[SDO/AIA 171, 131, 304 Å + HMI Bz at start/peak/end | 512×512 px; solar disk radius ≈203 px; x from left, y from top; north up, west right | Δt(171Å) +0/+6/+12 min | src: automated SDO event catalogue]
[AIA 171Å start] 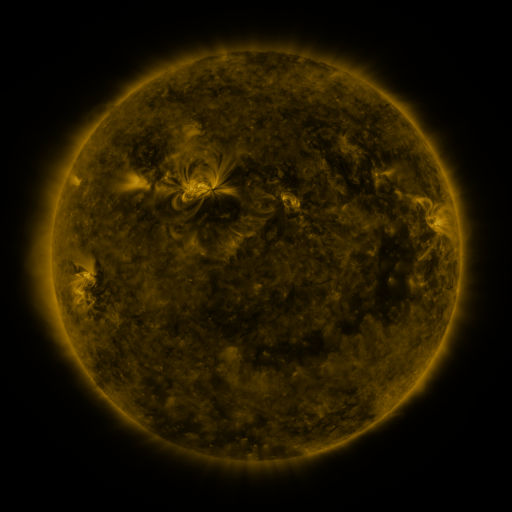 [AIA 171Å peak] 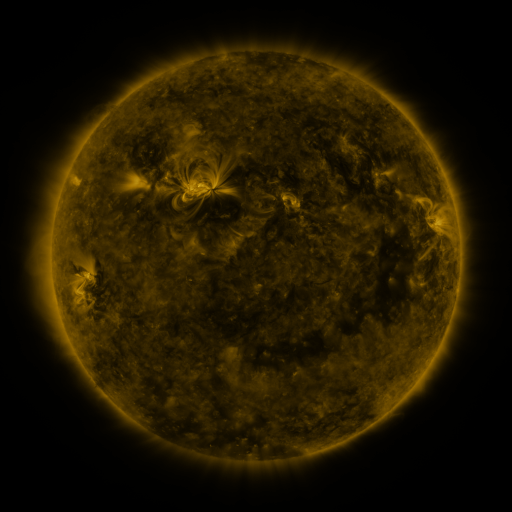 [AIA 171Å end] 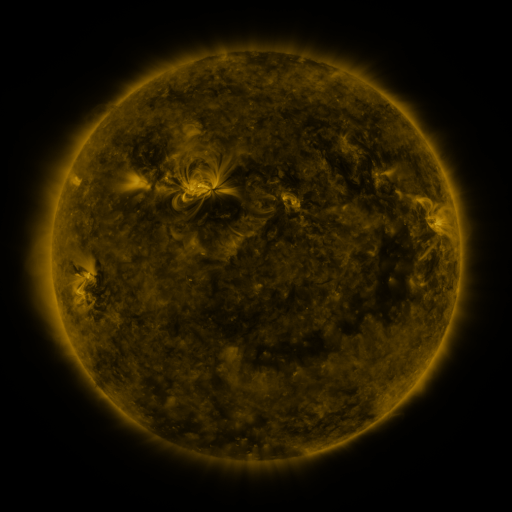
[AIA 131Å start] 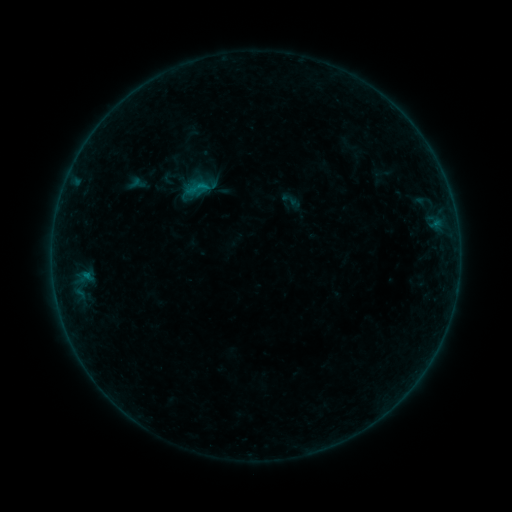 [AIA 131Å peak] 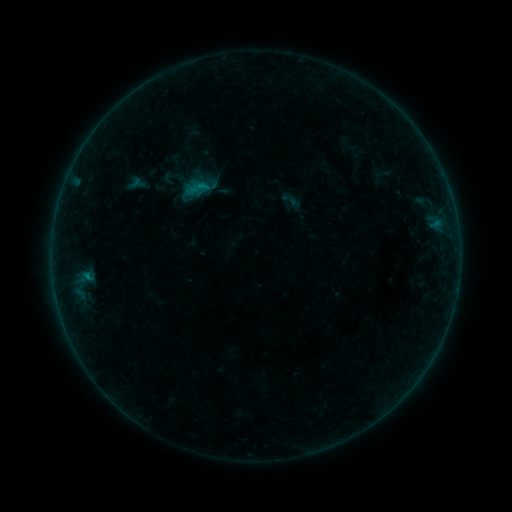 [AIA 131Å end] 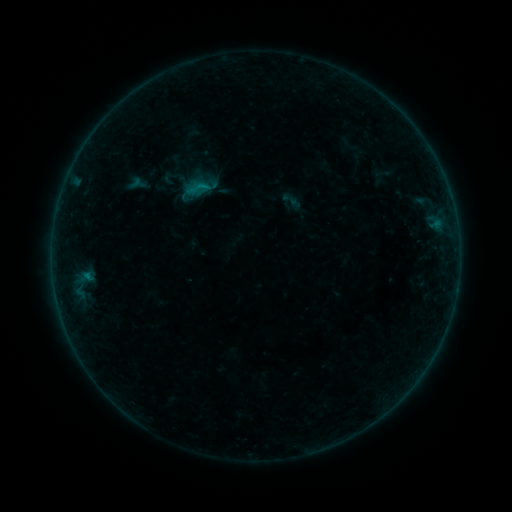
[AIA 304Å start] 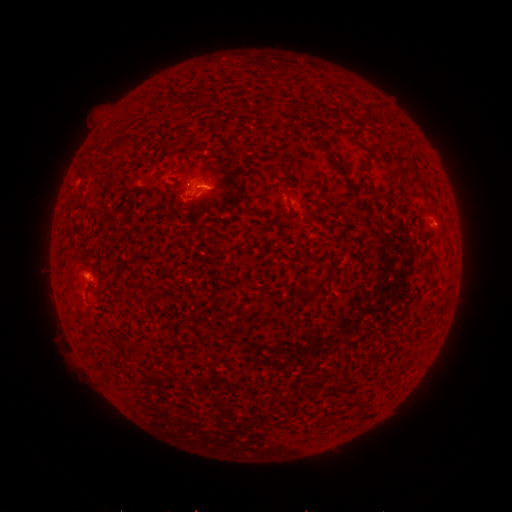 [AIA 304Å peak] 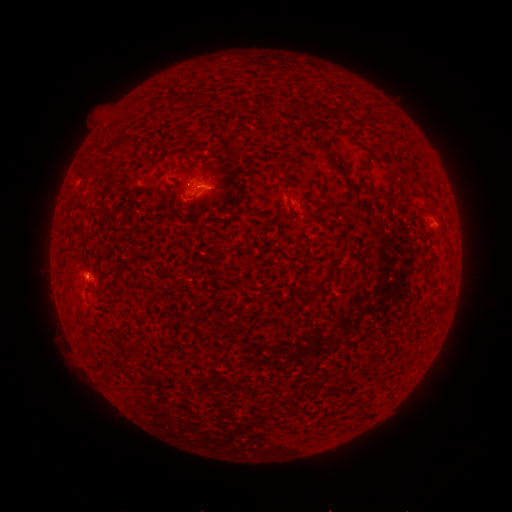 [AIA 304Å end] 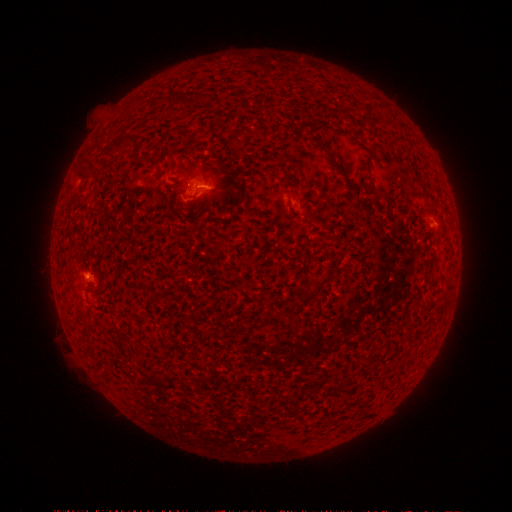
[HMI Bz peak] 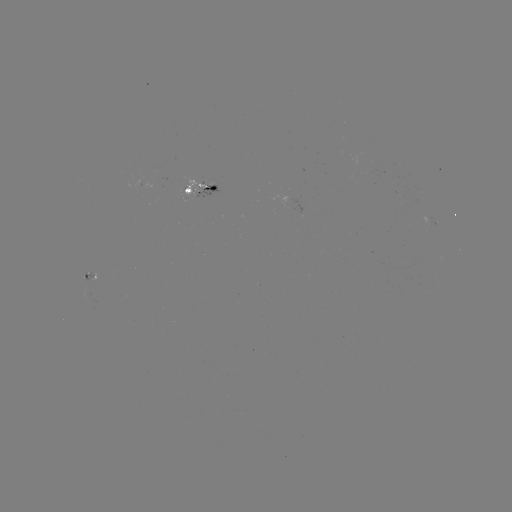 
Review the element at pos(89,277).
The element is B3.1 flare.